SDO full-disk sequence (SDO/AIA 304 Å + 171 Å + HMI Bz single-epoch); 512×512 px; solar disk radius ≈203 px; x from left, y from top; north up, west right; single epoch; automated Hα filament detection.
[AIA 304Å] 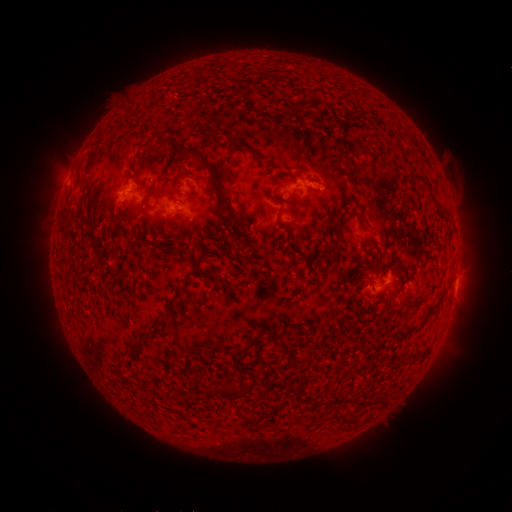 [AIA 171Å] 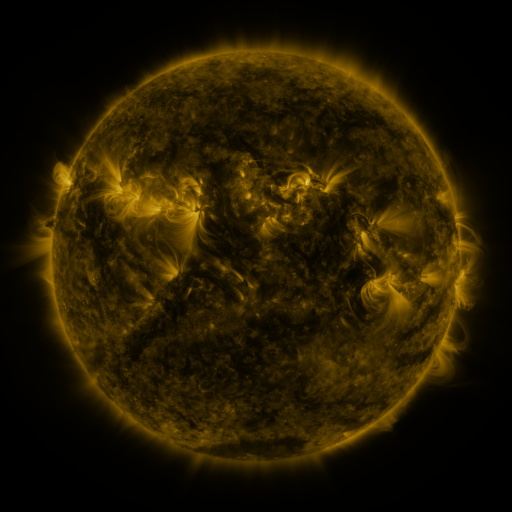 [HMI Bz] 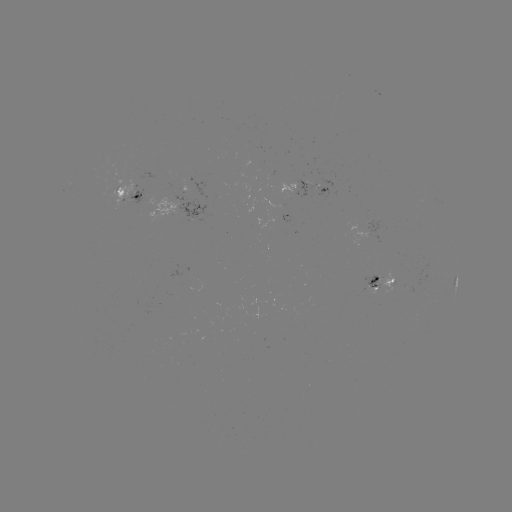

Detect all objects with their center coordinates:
filament: (362, 116)
filament: (215, 134)
filament: (241, 143)
filament: (162, 147)
filament: (208, 166)
filament: (427, 184)
filament: (165, 190)
filament: (360, 214)
filament: (279, 216)
filament: (164, 221)
filament: (99, 247)
filament: (378, 248)
filament: (365, 267)
filament: (406, 268)
filament: (173, 303)
filament: (418, 304)
filament: (297, 326)
filament: (241, 350)
filament: (227, 367)
filament: (182, 372)
filament: (198, 384)
filament: (231, 393)
